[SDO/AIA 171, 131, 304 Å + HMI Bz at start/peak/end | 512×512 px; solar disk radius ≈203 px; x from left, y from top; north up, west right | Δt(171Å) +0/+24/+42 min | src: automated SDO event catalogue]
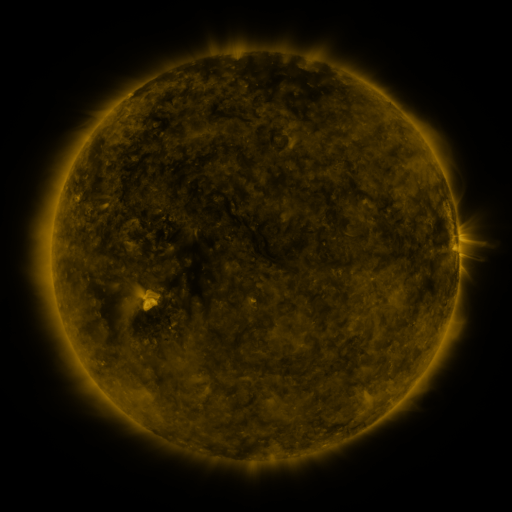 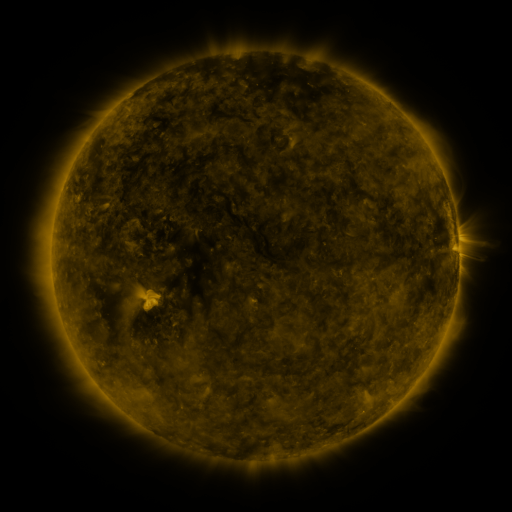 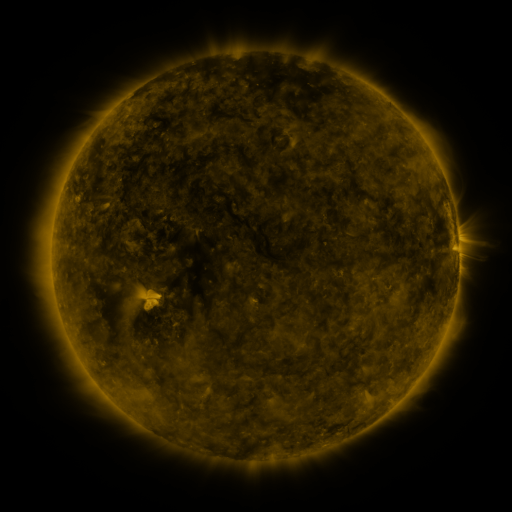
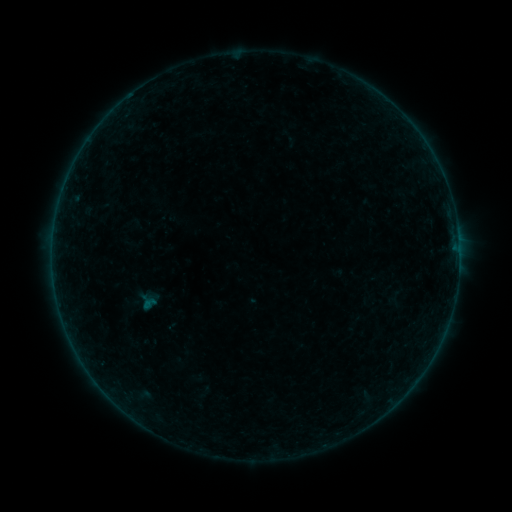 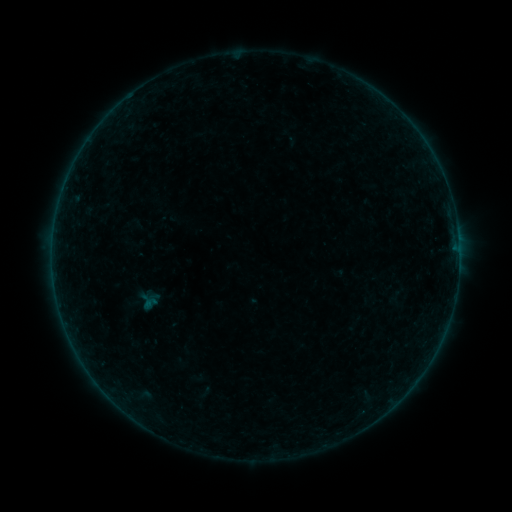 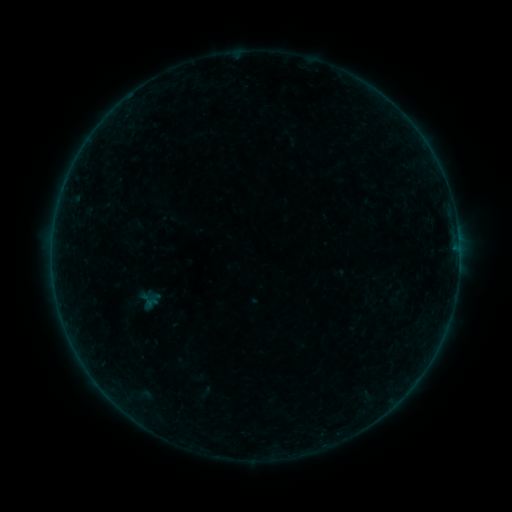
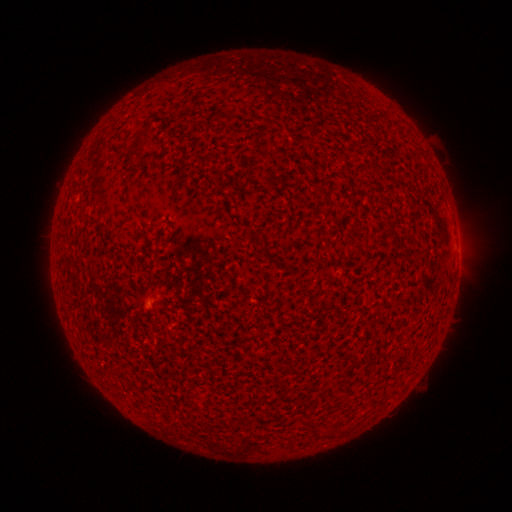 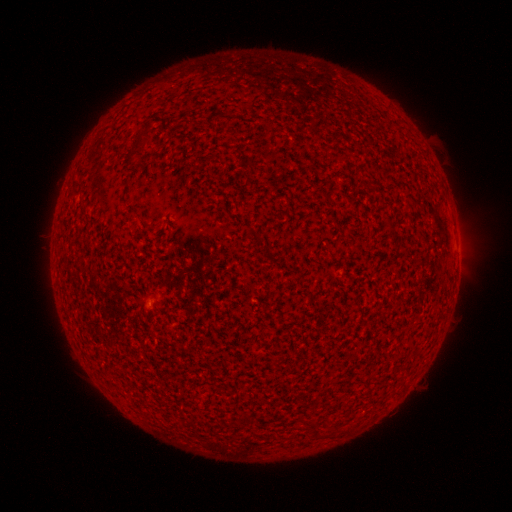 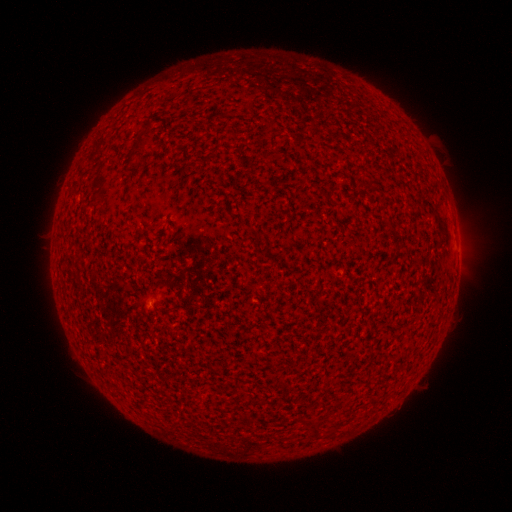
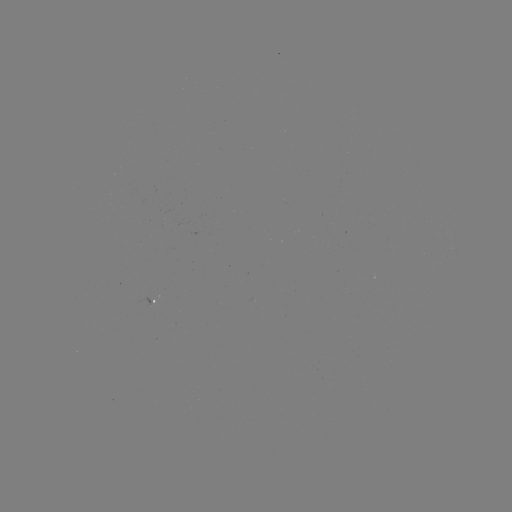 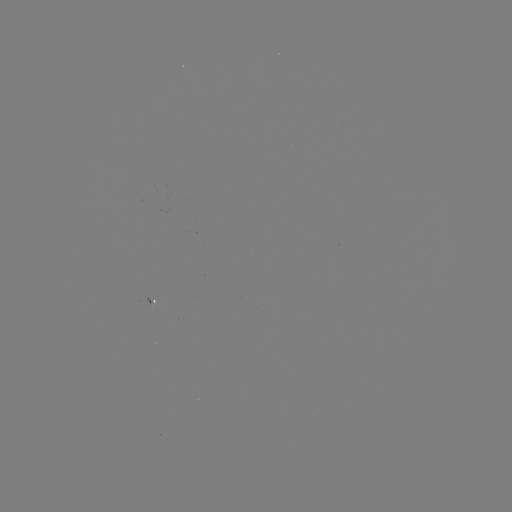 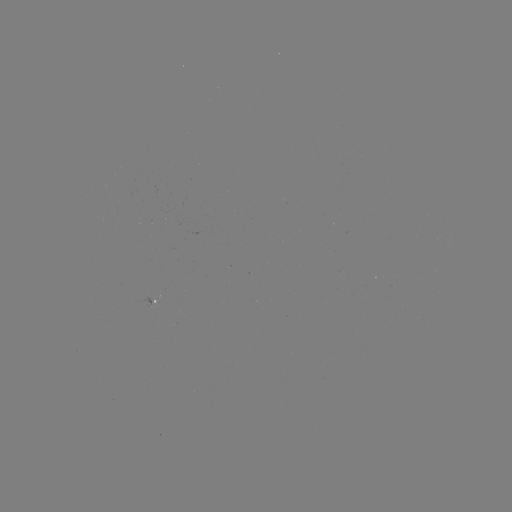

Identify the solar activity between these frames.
no classed flare was catalogued and no EUV brightening was flagged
